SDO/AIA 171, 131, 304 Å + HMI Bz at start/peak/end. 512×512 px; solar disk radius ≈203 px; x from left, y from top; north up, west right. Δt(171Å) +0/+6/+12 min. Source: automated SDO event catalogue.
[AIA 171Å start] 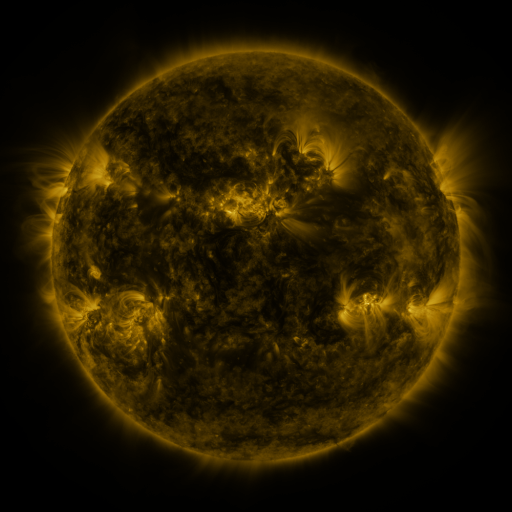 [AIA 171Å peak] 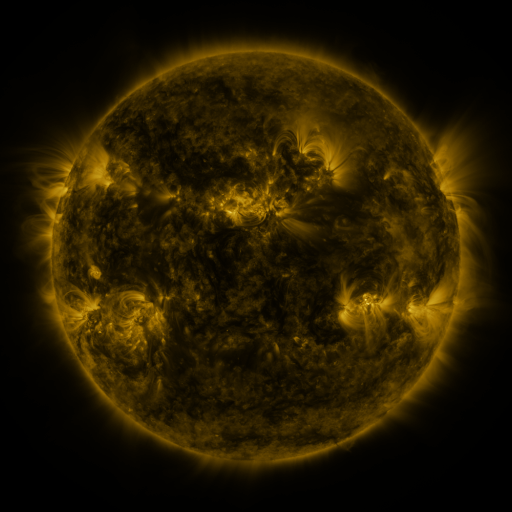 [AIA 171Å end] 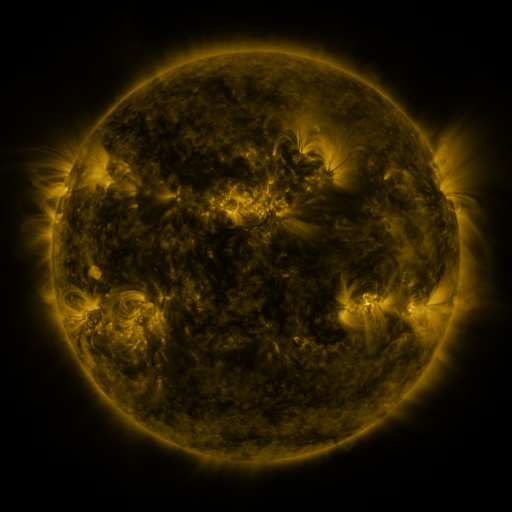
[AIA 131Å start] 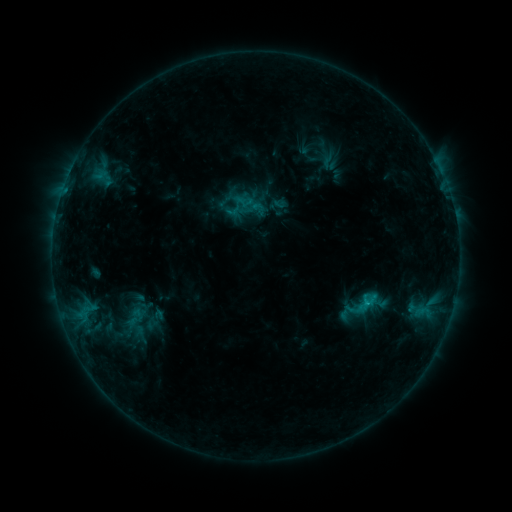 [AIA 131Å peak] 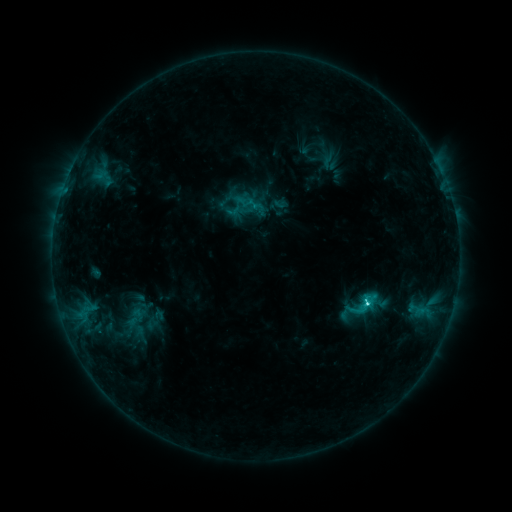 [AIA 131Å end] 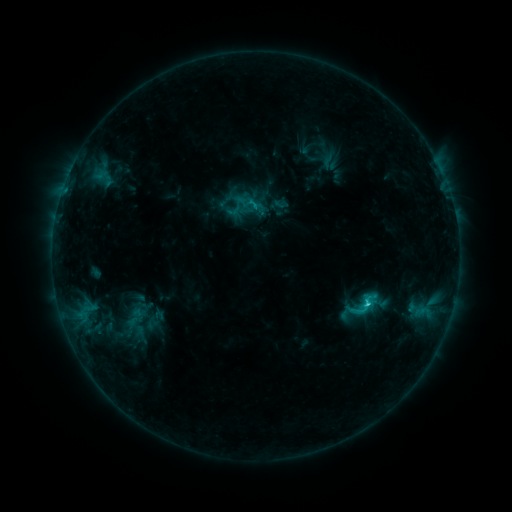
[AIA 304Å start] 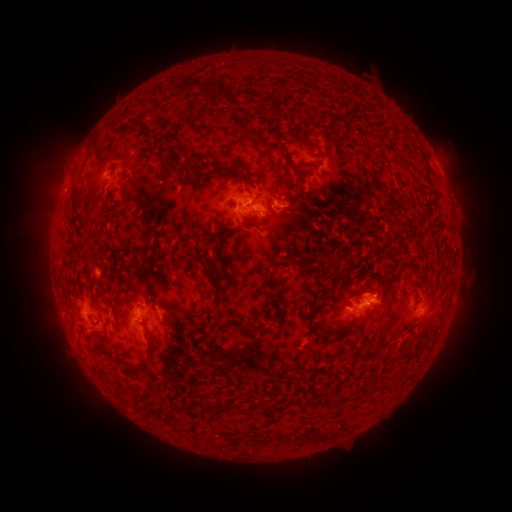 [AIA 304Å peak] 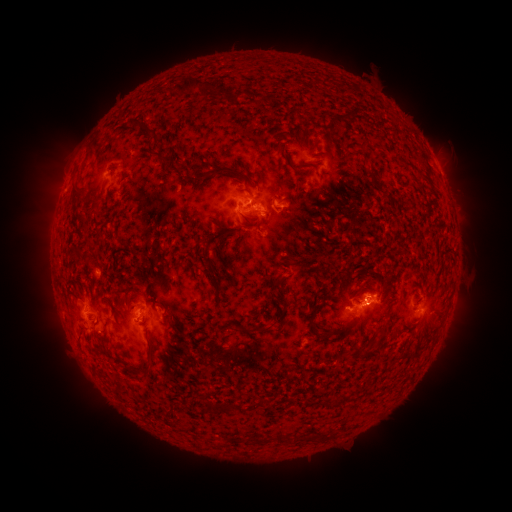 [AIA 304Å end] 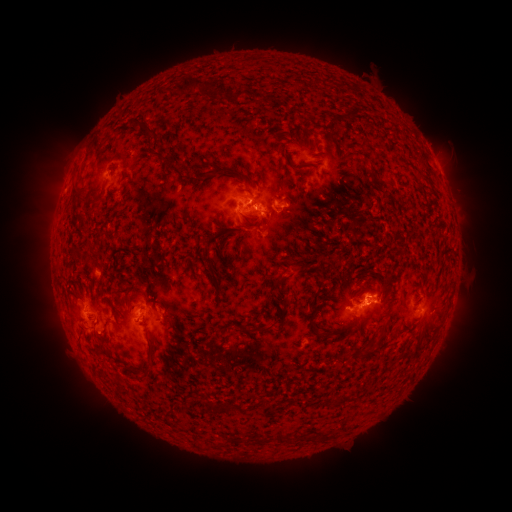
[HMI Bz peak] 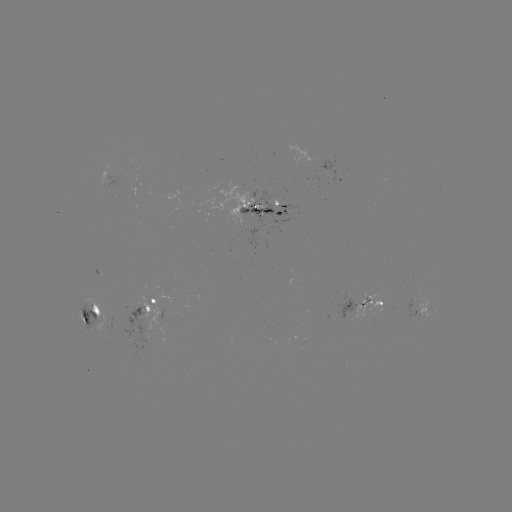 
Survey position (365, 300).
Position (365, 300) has C2.6 flare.